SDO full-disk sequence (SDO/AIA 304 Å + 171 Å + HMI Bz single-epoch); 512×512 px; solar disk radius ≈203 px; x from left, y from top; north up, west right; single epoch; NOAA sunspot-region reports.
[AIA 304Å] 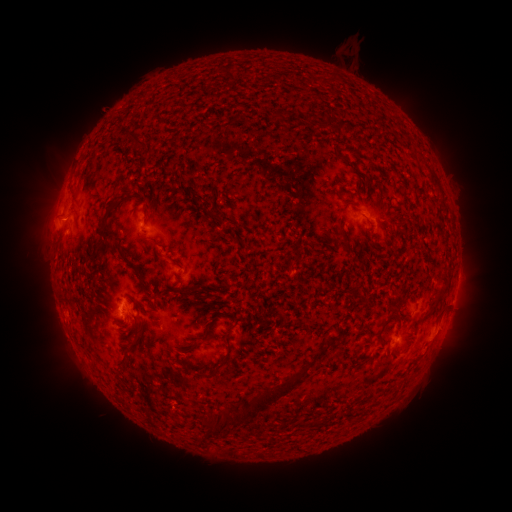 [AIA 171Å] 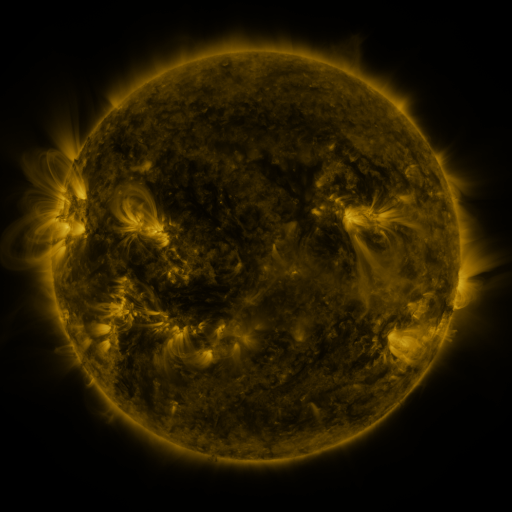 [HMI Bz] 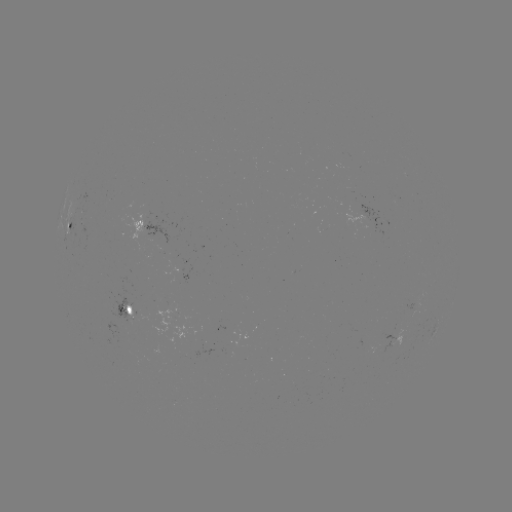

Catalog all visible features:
spotted active region: (145, 227)
spotted active region: (70, 230)
spotted active region: (386, 257)
spotted active region: (456, 291)
spotted active region: (129, 310)
